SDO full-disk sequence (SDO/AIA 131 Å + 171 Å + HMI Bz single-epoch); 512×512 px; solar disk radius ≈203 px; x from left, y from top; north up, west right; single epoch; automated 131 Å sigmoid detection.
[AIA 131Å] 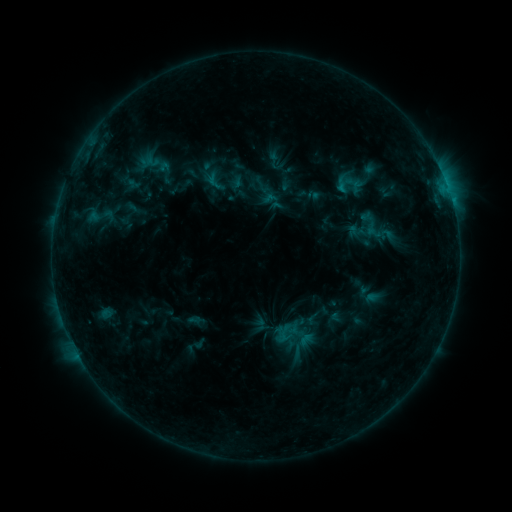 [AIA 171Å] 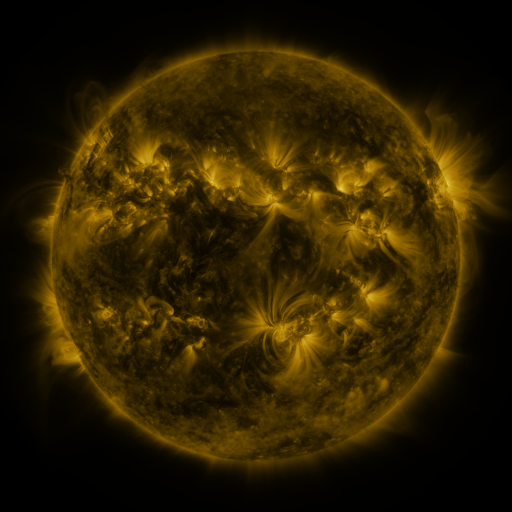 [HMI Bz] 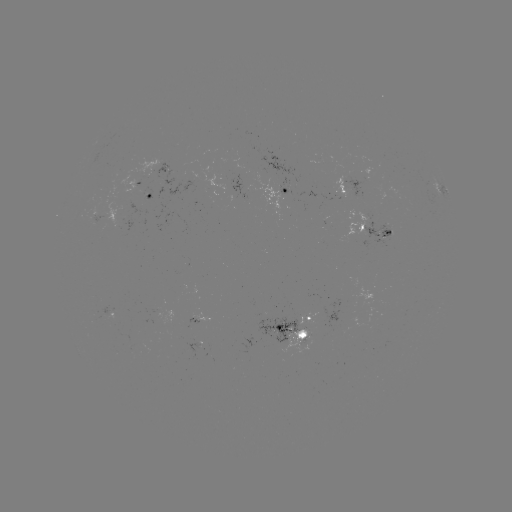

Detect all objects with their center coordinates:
sigmoid: (85, 200, 116, 231)
